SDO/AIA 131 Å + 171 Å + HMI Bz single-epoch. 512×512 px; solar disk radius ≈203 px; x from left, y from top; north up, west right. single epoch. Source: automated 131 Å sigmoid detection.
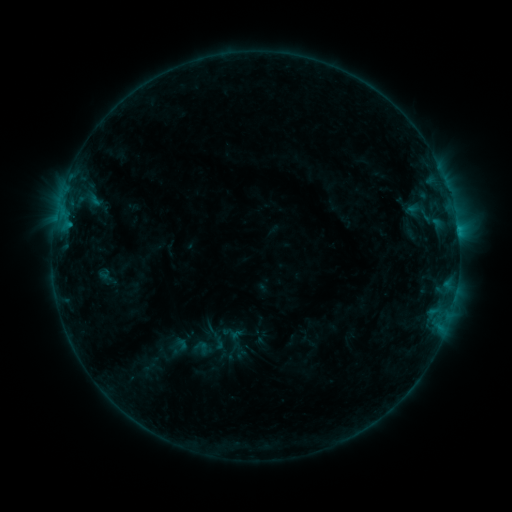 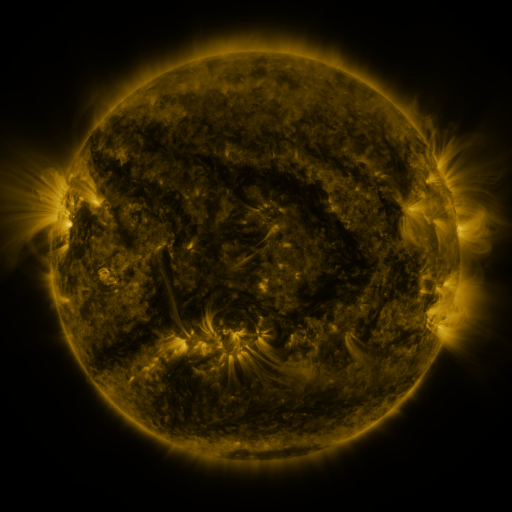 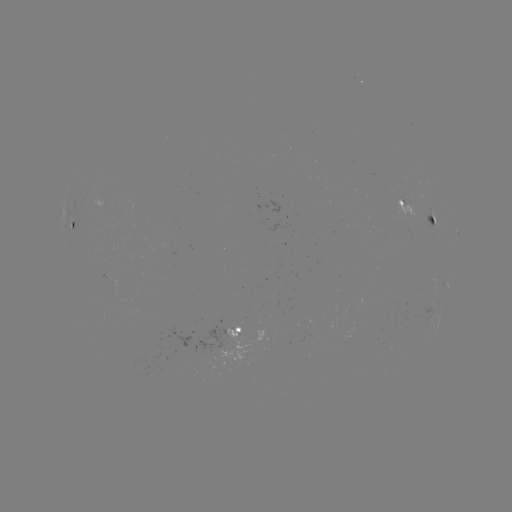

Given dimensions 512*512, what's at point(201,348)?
sigmoid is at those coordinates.